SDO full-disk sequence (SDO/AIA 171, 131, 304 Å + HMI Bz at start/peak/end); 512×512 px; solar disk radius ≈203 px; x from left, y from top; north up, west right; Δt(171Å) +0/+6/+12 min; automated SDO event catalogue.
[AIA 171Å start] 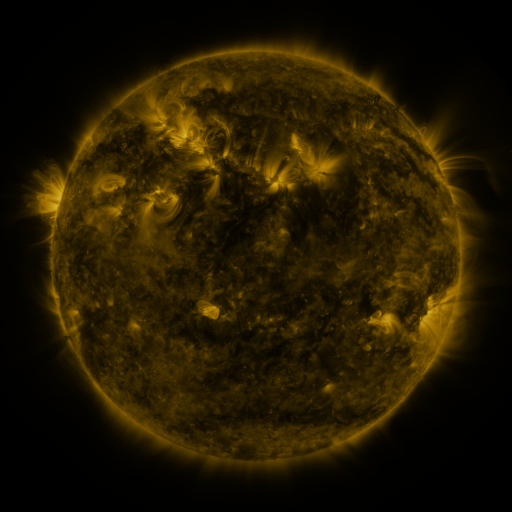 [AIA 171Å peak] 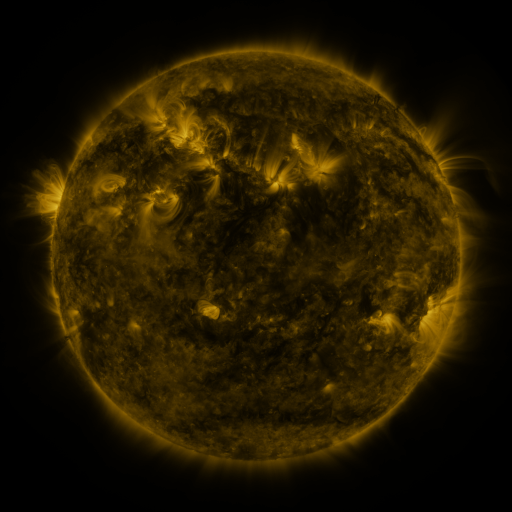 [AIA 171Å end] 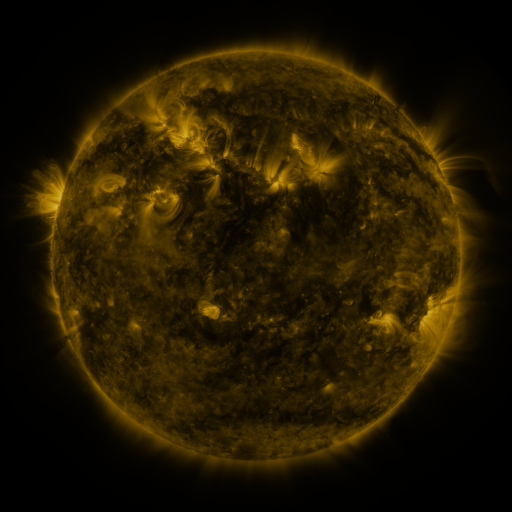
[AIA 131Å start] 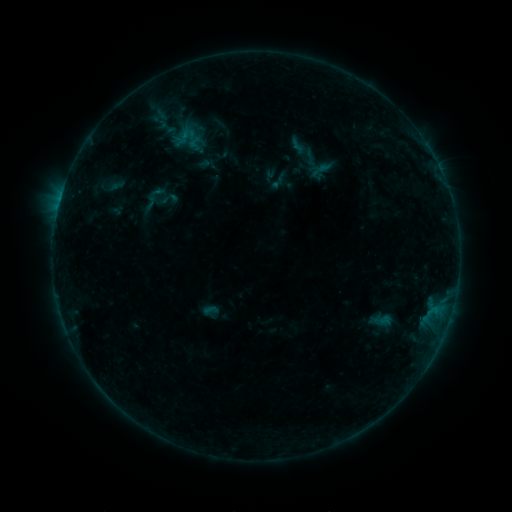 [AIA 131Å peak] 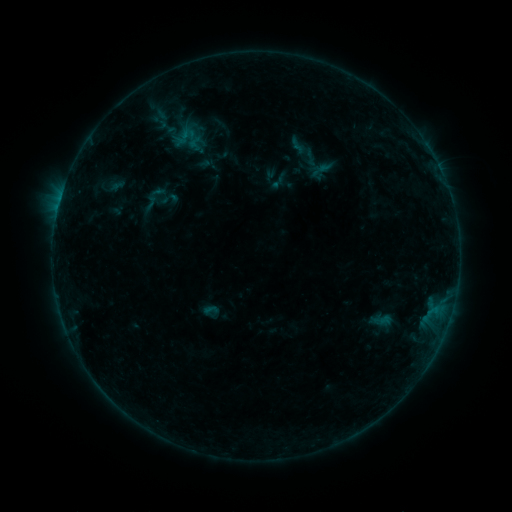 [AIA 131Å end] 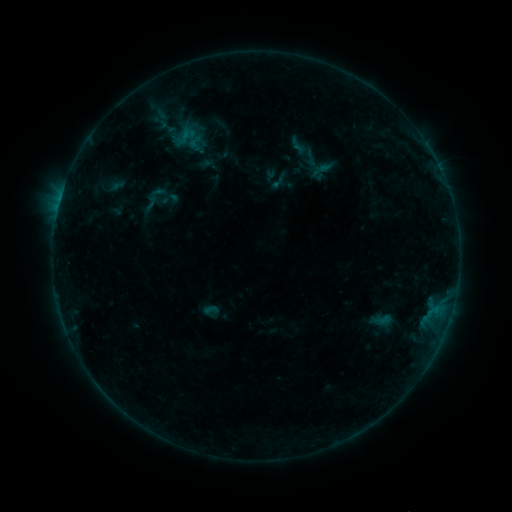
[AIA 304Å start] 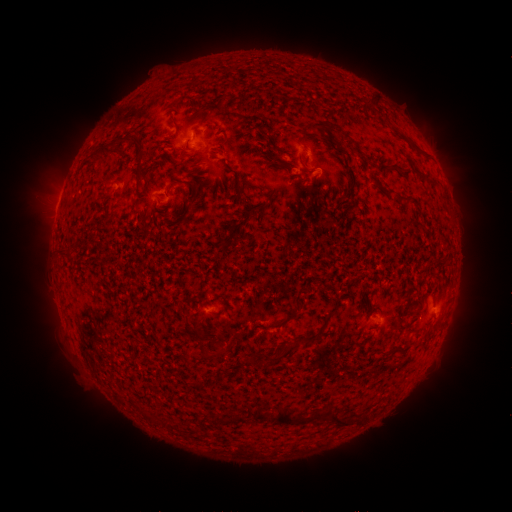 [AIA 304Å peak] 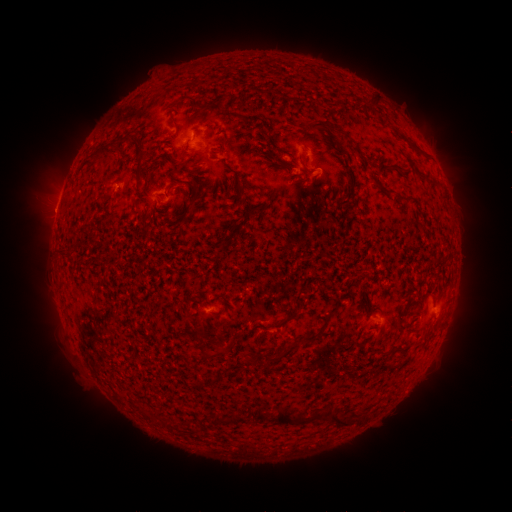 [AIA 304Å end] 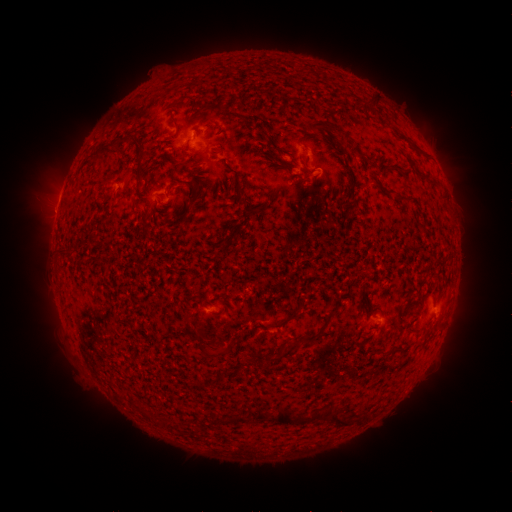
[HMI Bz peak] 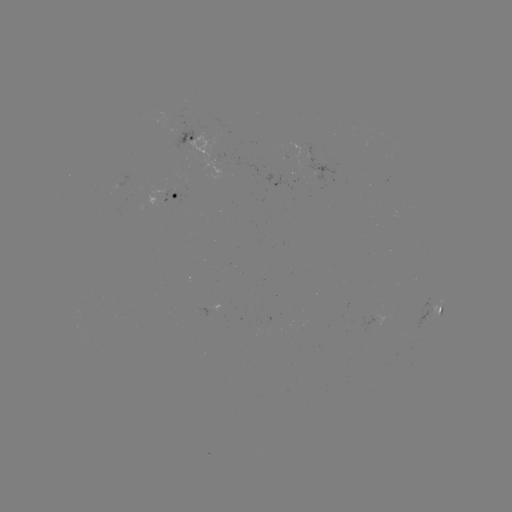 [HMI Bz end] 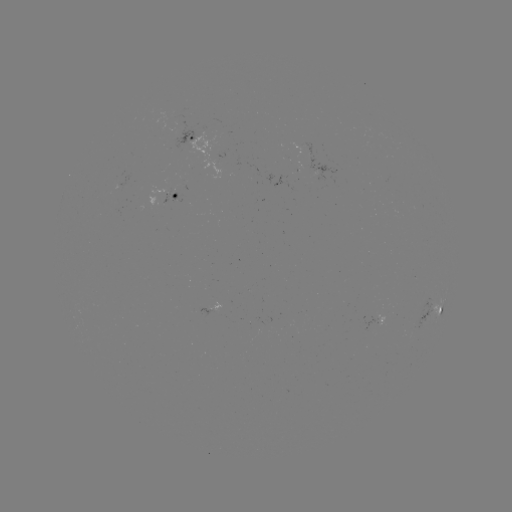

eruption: [26, 183, 80, 233]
